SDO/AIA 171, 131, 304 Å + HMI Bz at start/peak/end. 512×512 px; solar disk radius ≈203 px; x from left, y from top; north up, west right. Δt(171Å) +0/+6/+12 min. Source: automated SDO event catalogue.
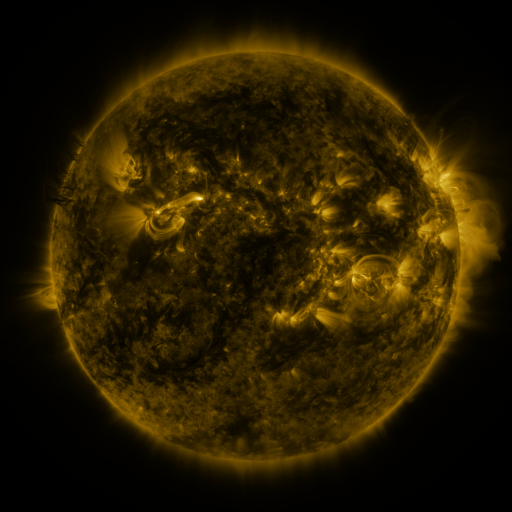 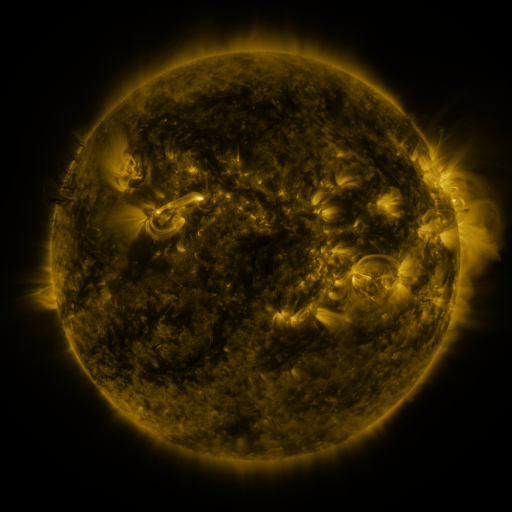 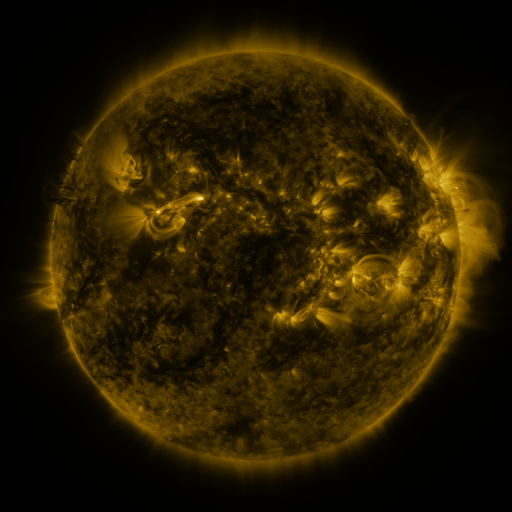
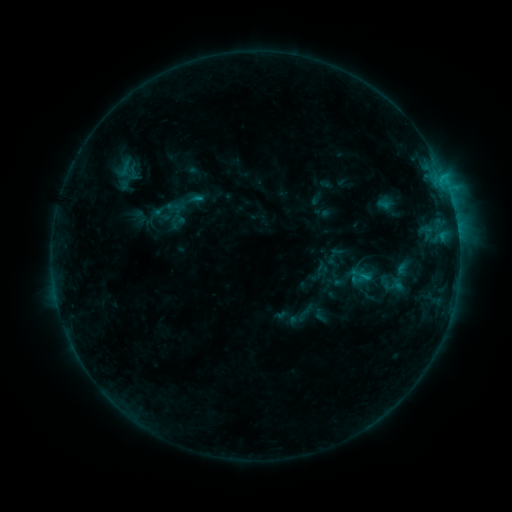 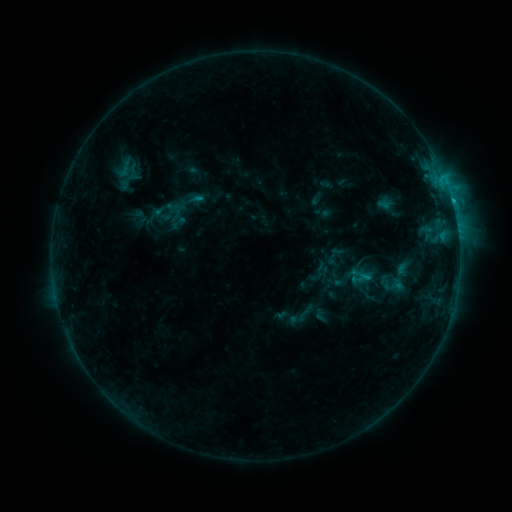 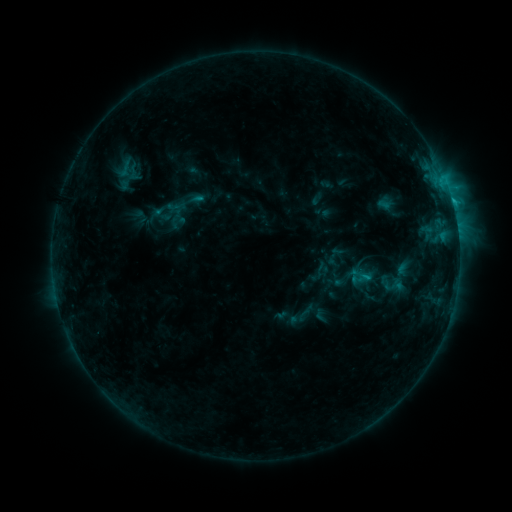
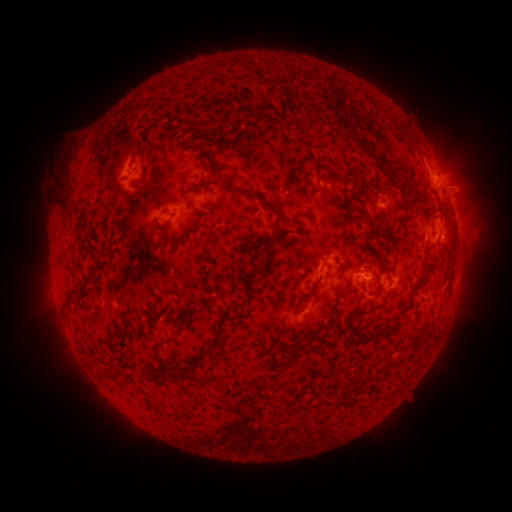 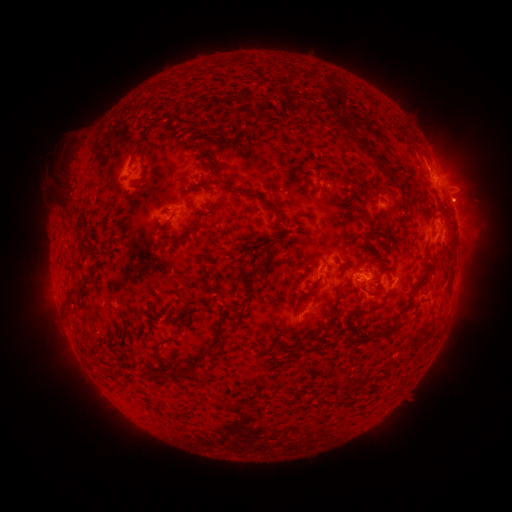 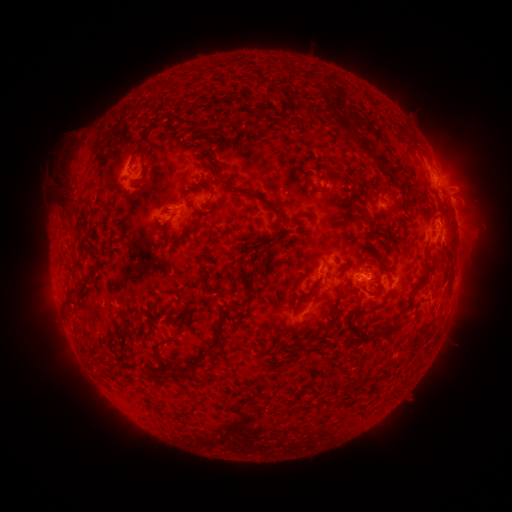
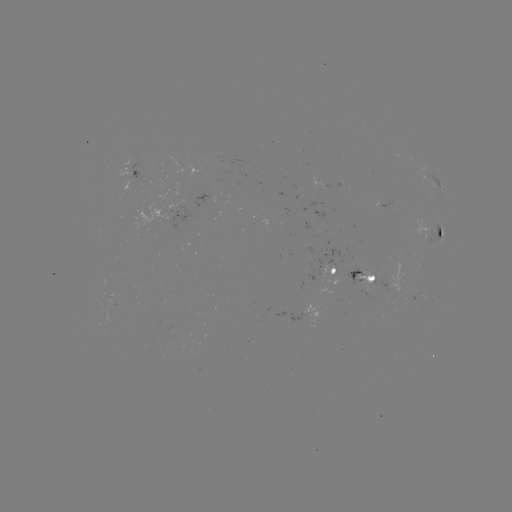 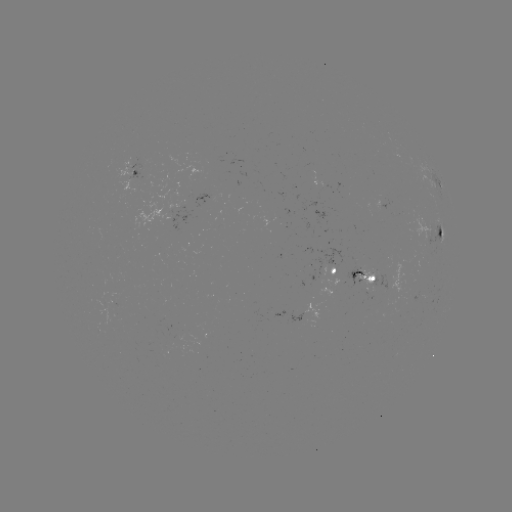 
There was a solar flare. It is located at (368, 277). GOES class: C1.2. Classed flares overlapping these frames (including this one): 1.